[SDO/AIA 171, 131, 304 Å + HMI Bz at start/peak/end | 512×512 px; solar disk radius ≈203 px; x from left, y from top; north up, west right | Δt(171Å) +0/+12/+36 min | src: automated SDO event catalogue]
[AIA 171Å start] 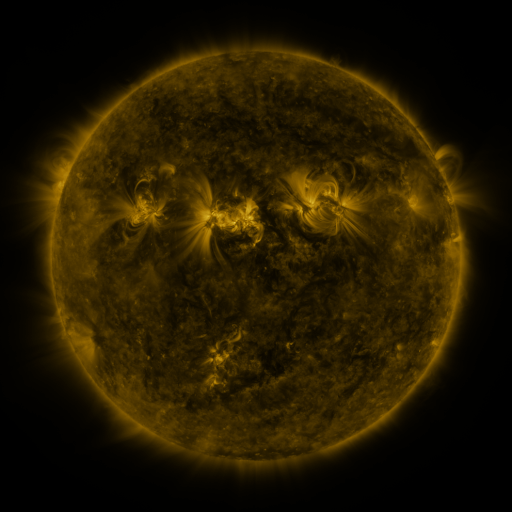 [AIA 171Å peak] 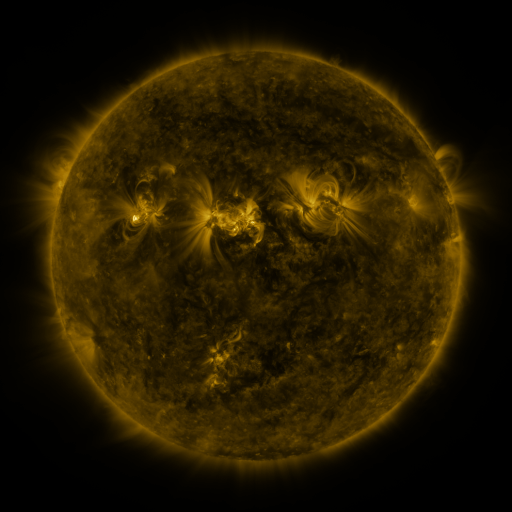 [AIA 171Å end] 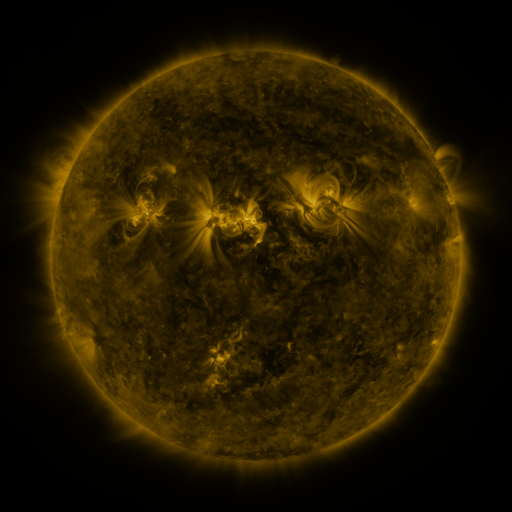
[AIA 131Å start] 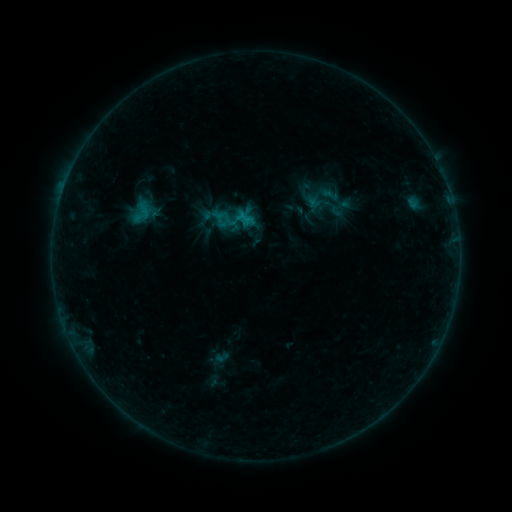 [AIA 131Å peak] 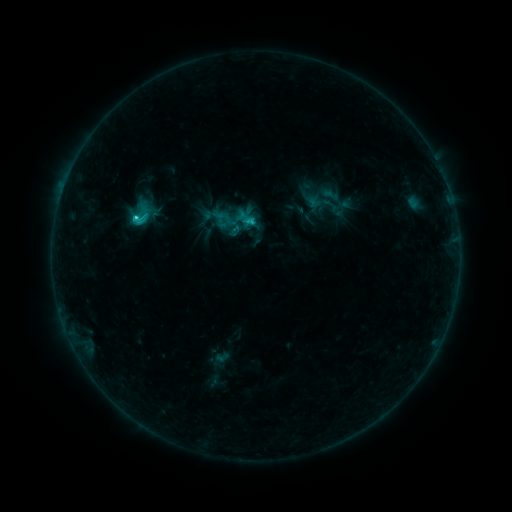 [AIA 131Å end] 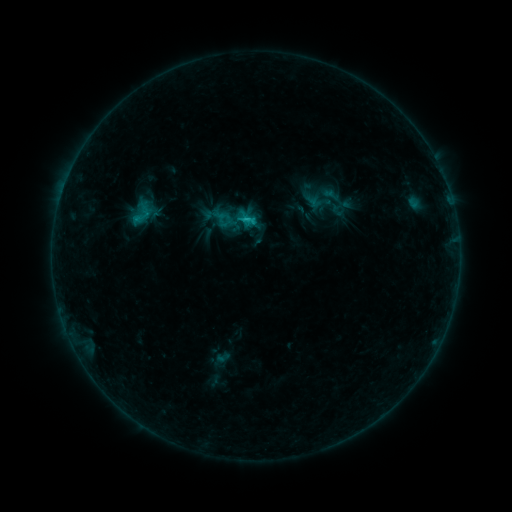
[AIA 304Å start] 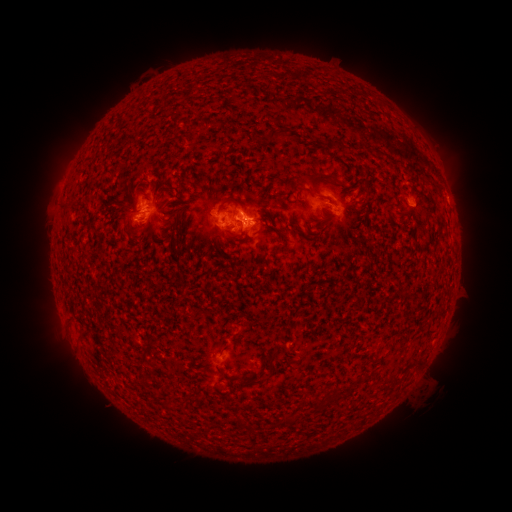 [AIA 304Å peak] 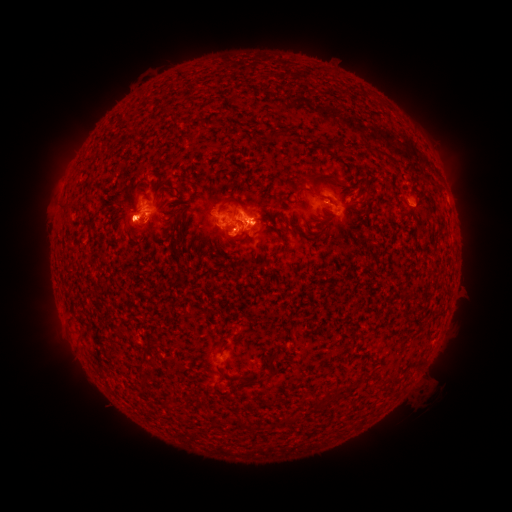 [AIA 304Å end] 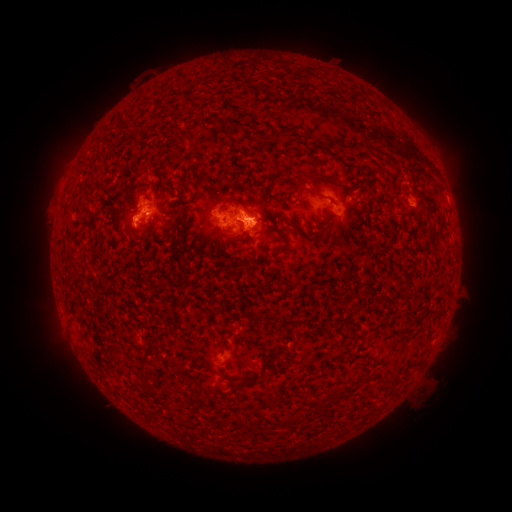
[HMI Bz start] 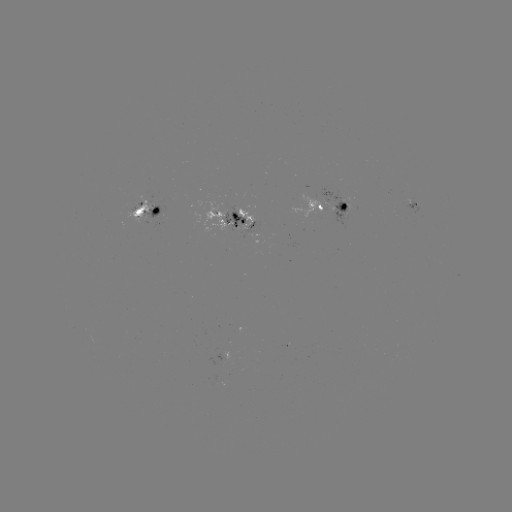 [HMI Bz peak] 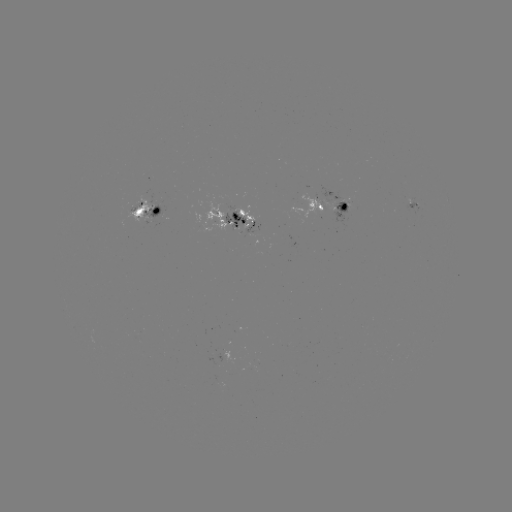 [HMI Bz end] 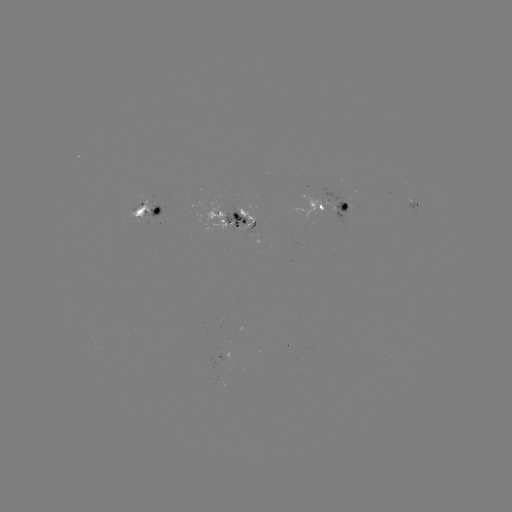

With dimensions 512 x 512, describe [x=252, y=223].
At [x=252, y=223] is C2.1 flare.